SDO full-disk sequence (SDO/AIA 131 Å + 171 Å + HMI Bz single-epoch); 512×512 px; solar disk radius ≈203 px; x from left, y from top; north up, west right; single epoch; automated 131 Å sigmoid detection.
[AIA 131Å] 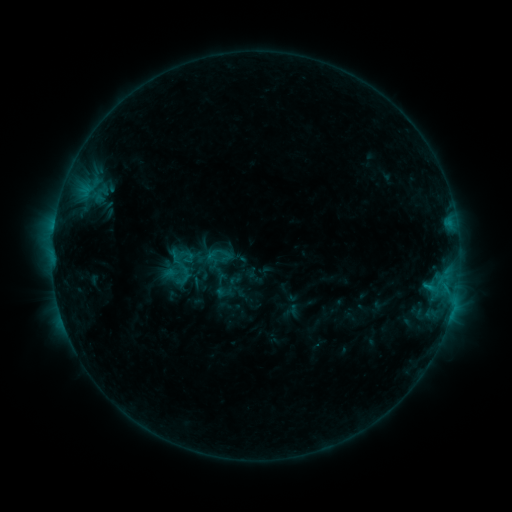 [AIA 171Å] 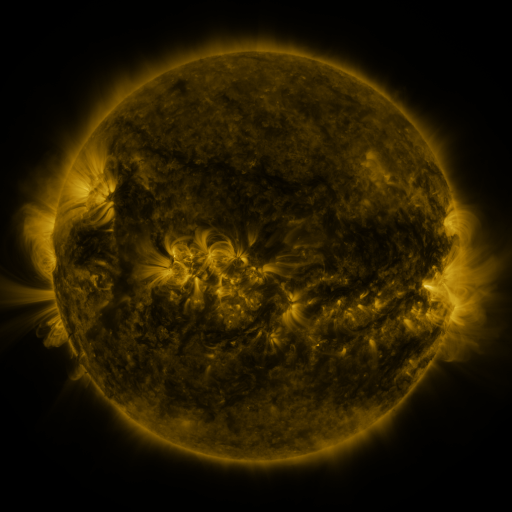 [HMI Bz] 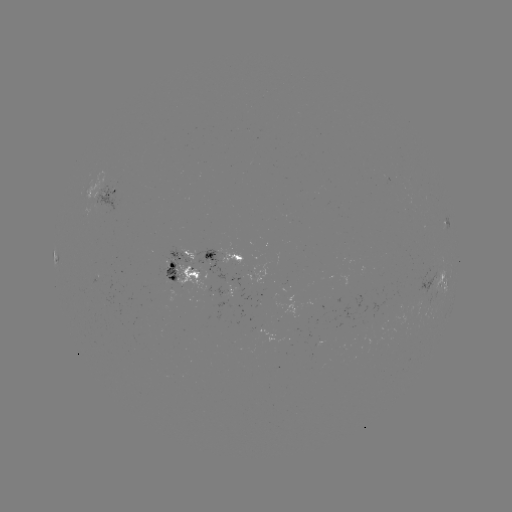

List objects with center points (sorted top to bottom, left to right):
sigmoid: [201, 241, 235, 274]
sigmoid: [167, 242, 197, 270]
